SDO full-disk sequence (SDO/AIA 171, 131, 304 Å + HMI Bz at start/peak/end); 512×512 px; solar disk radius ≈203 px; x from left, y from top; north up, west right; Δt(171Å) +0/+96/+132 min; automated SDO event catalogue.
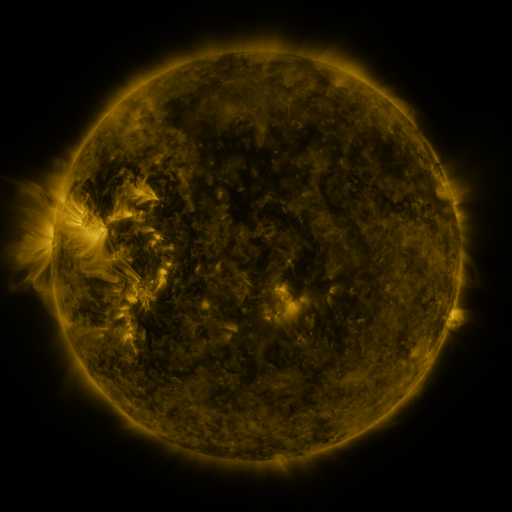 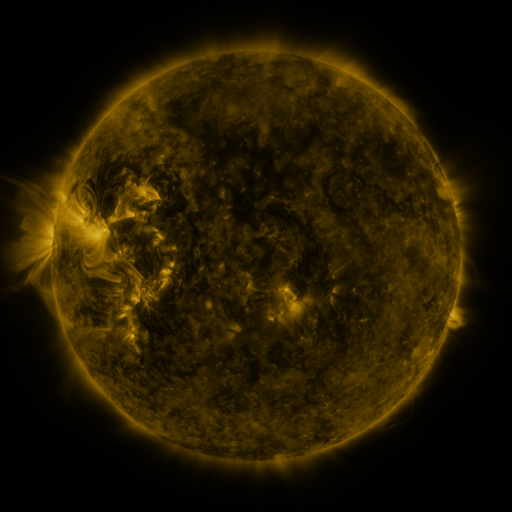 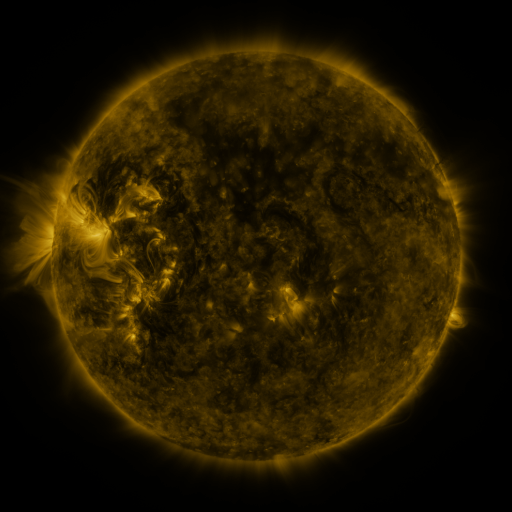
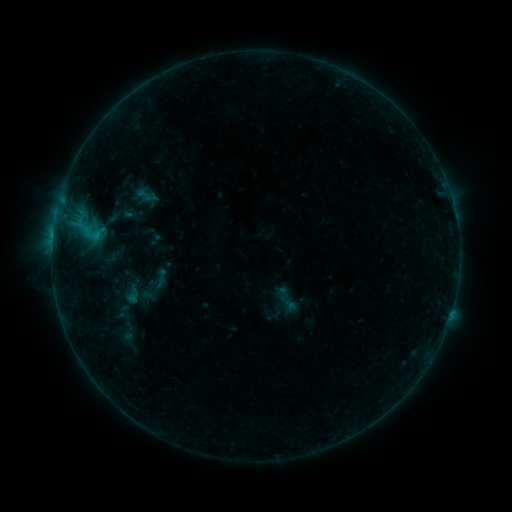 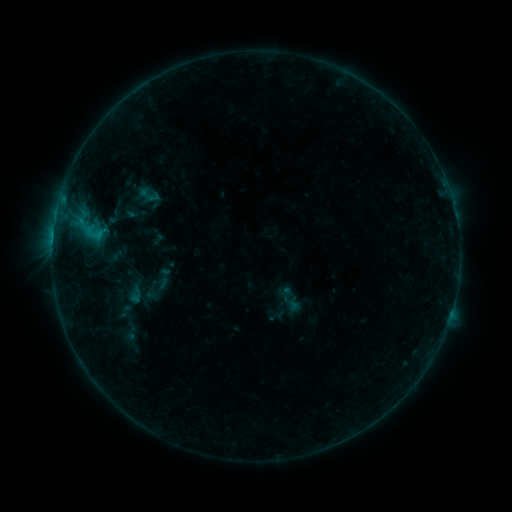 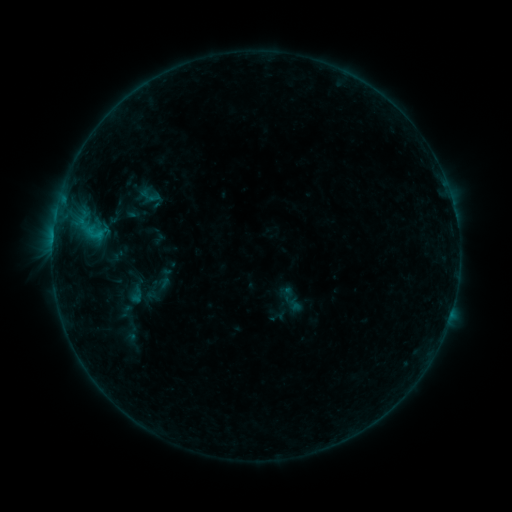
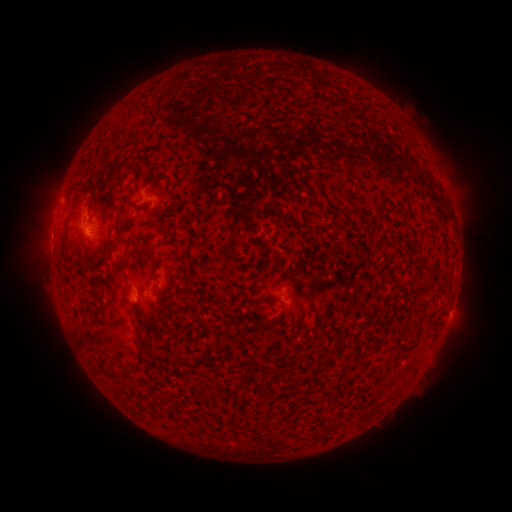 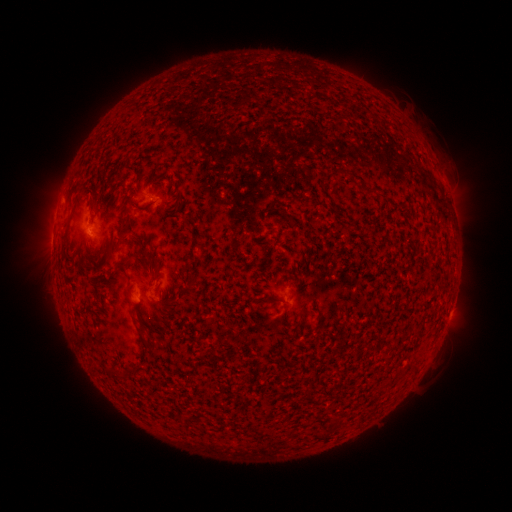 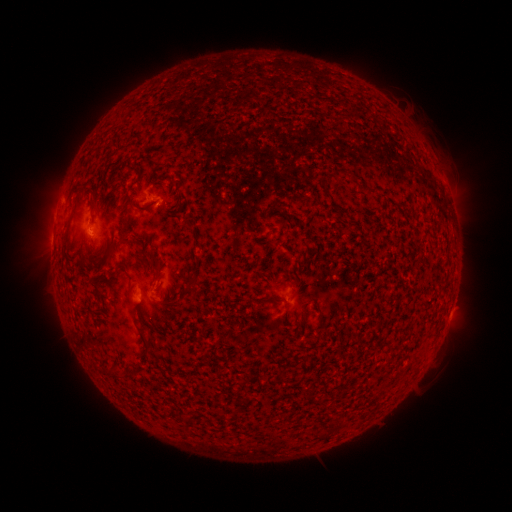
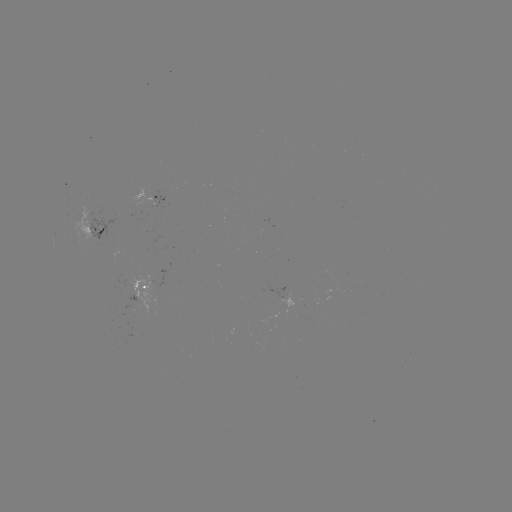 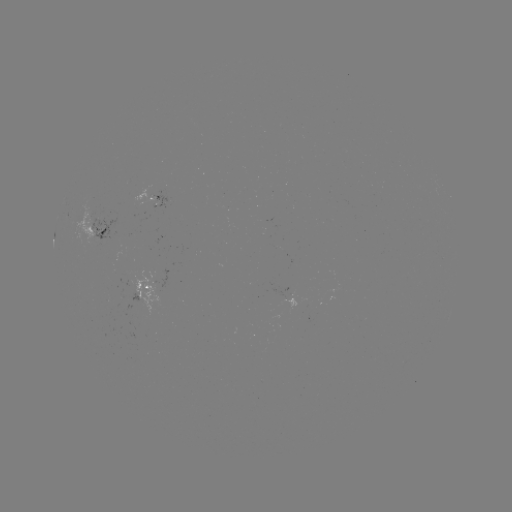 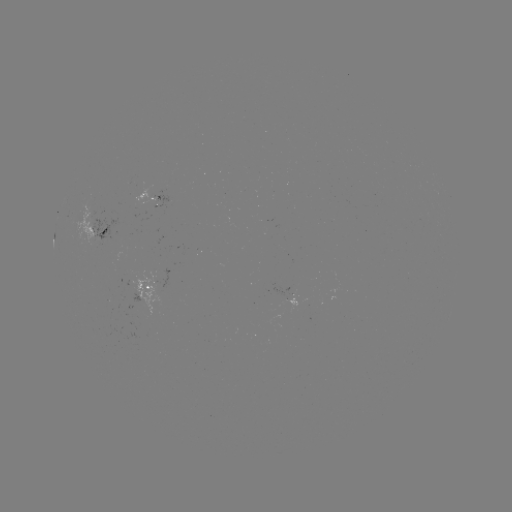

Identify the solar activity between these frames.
emerging-flux region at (156, 196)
